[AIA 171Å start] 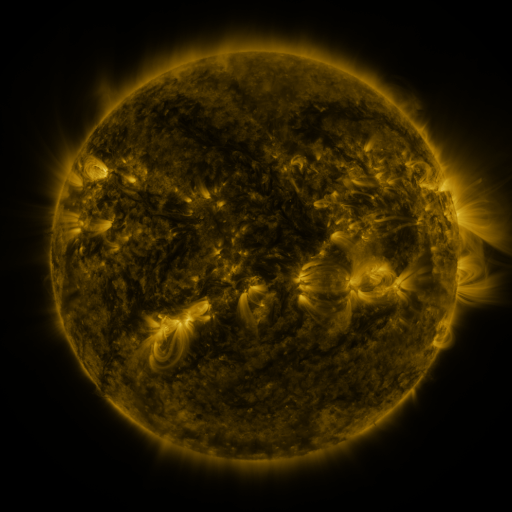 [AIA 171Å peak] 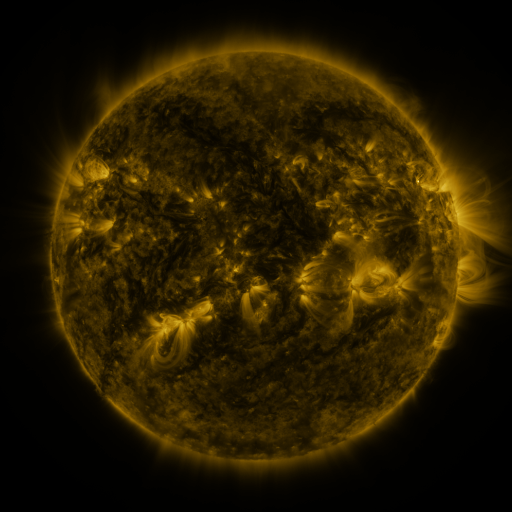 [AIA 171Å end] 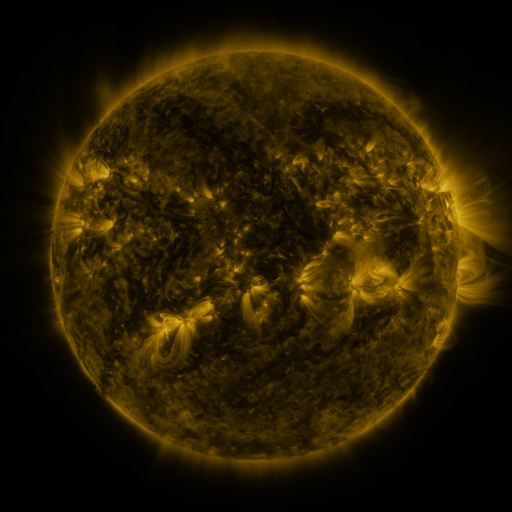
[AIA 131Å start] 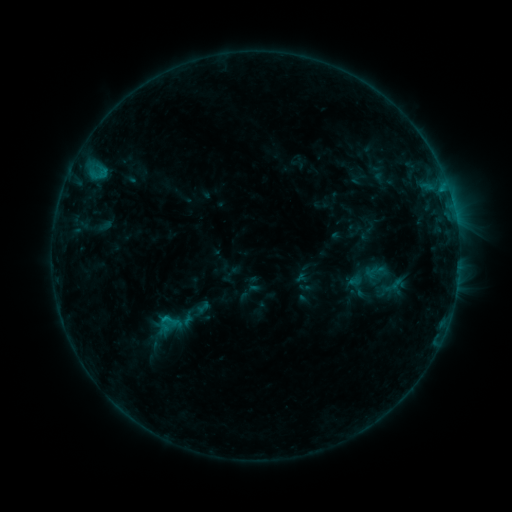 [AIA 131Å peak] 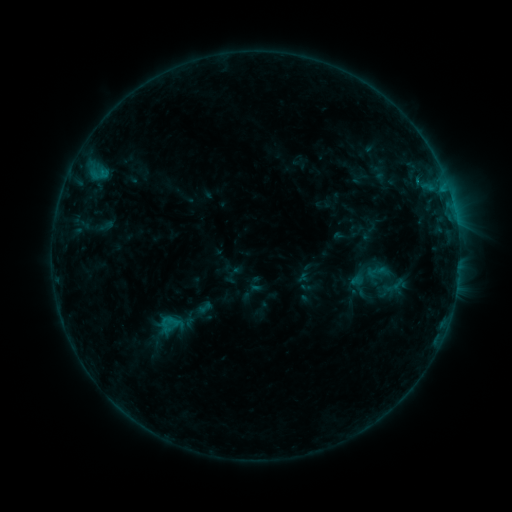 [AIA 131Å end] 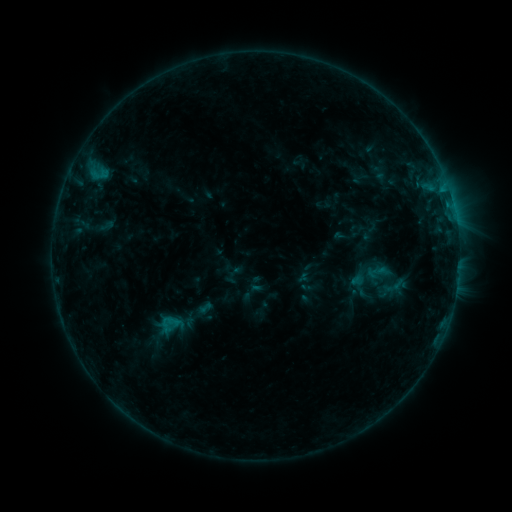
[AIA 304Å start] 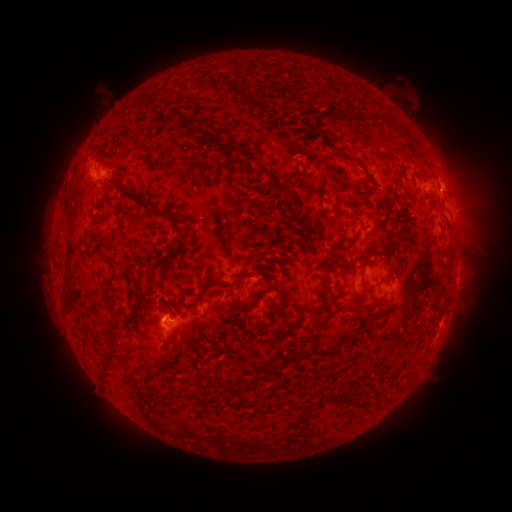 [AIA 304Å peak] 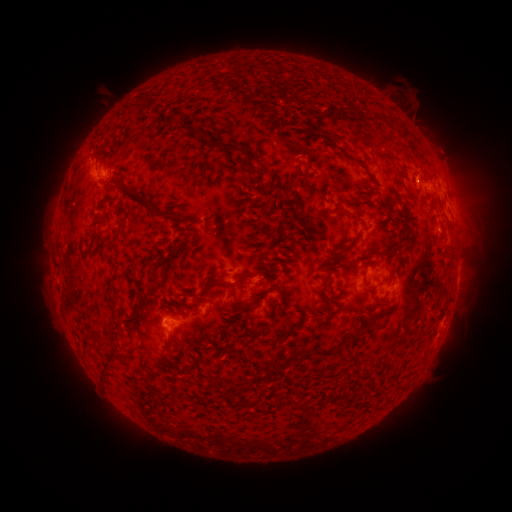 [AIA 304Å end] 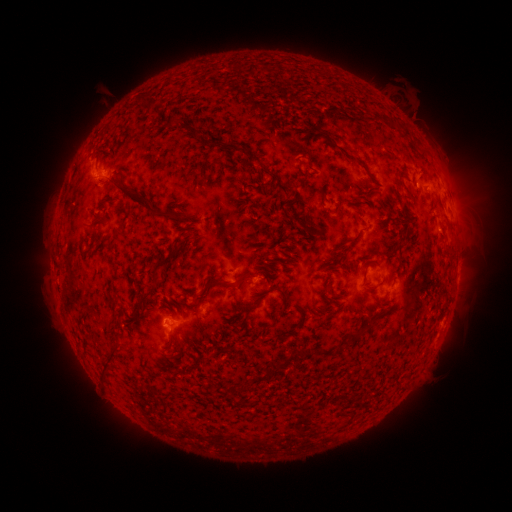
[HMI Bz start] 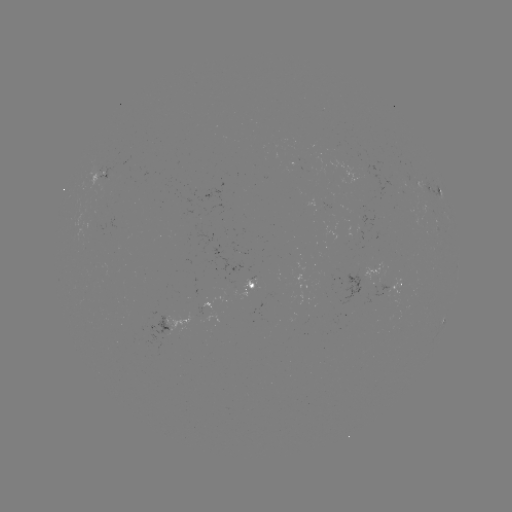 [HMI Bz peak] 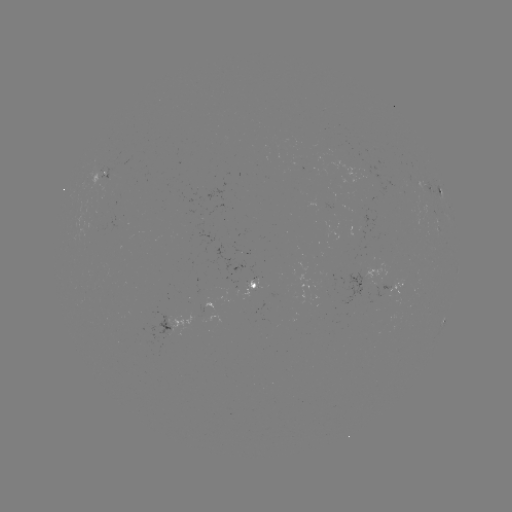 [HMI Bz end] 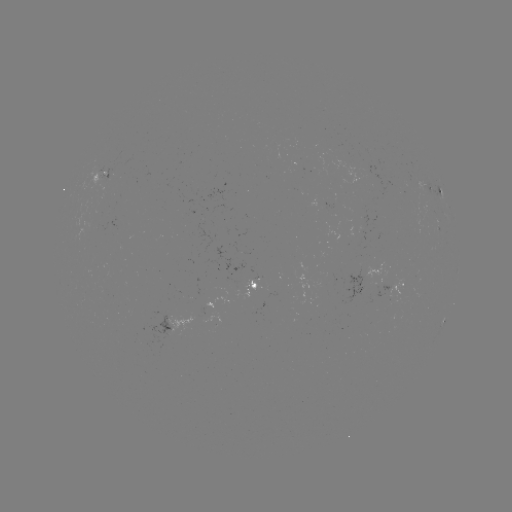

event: emerging-flux region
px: (95, 227)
